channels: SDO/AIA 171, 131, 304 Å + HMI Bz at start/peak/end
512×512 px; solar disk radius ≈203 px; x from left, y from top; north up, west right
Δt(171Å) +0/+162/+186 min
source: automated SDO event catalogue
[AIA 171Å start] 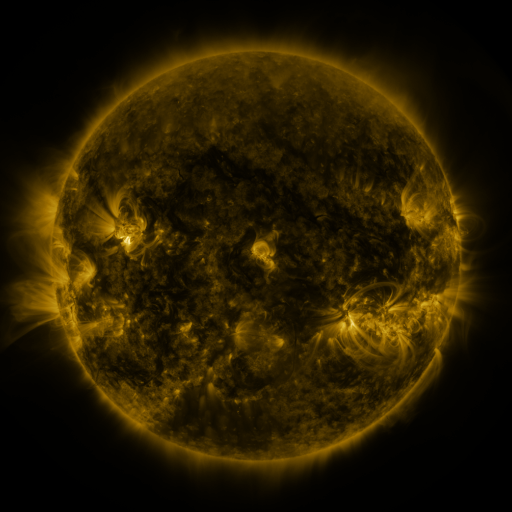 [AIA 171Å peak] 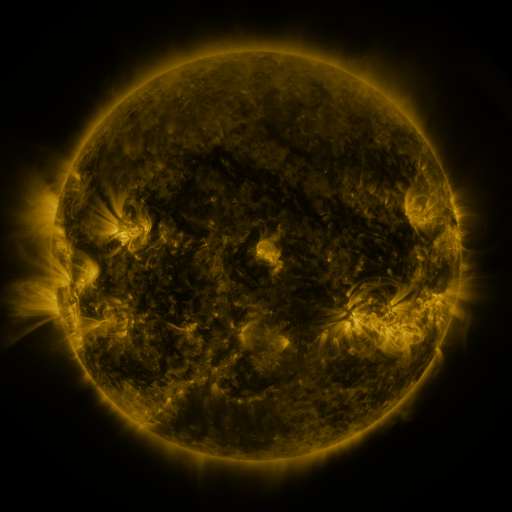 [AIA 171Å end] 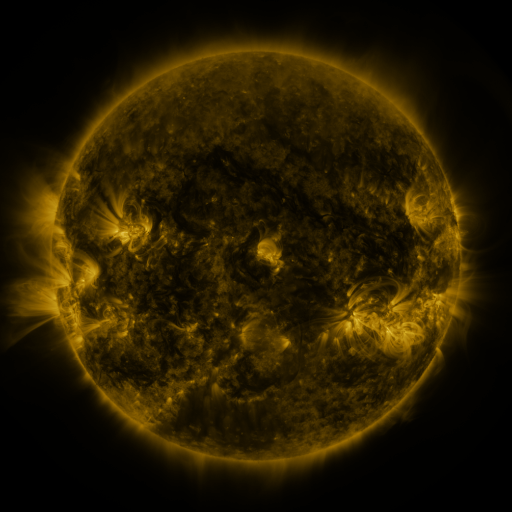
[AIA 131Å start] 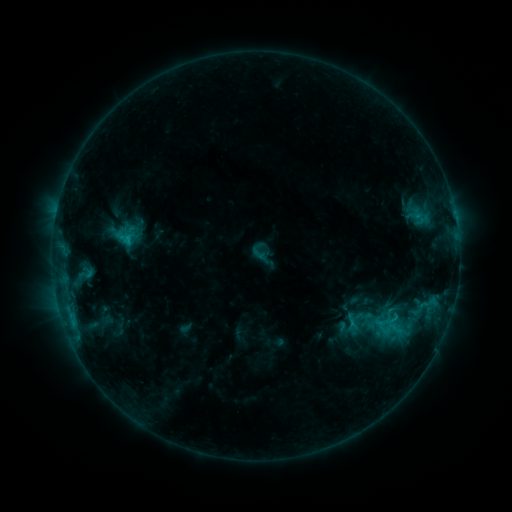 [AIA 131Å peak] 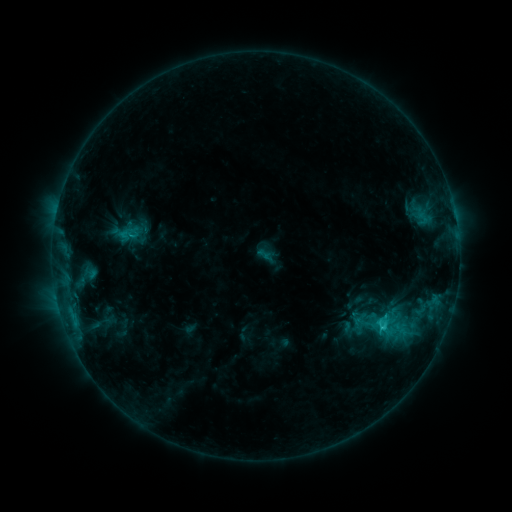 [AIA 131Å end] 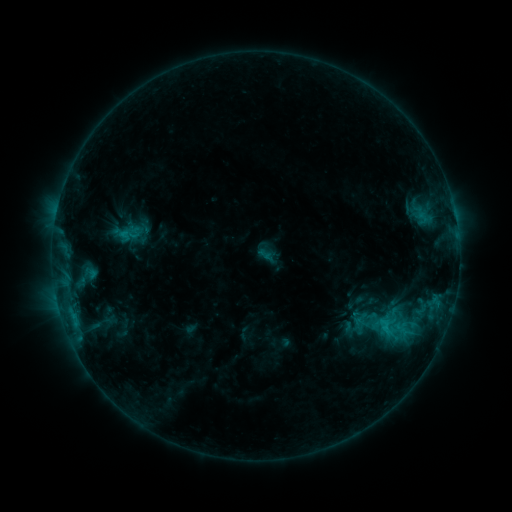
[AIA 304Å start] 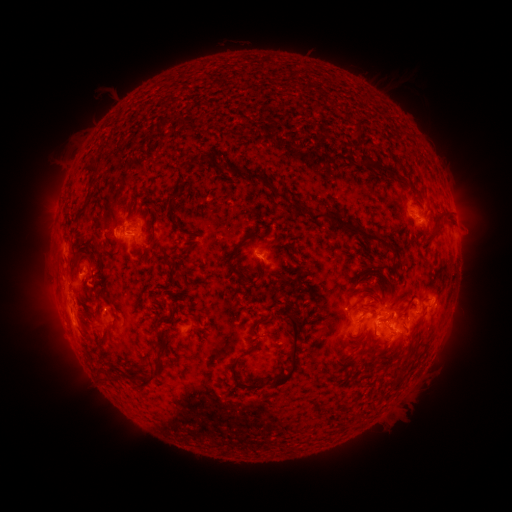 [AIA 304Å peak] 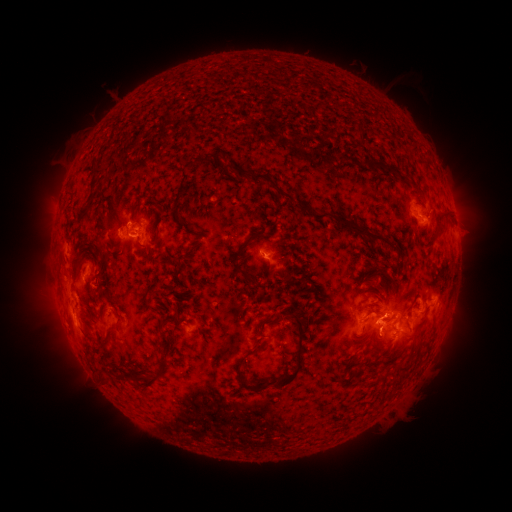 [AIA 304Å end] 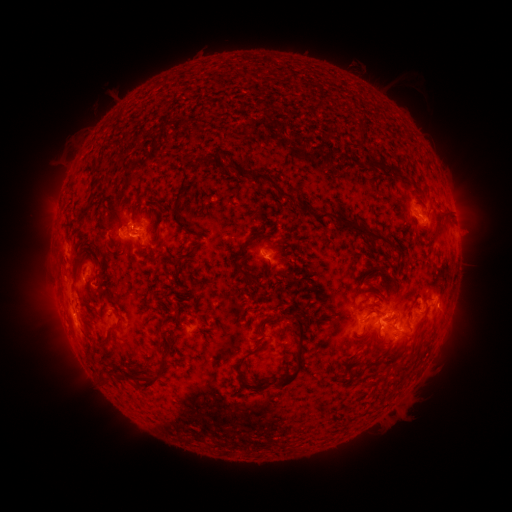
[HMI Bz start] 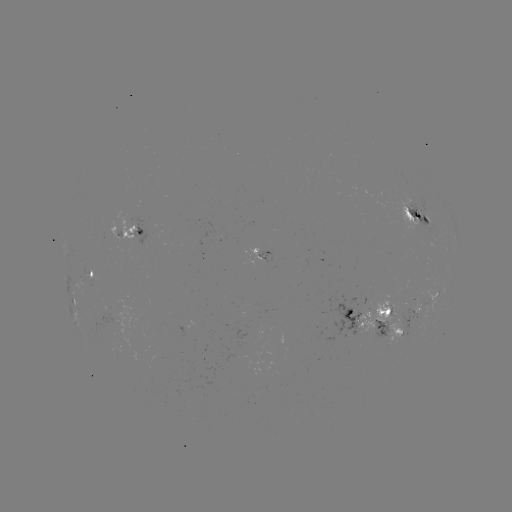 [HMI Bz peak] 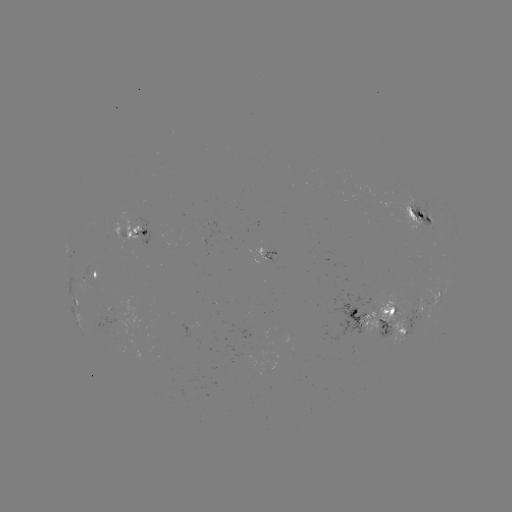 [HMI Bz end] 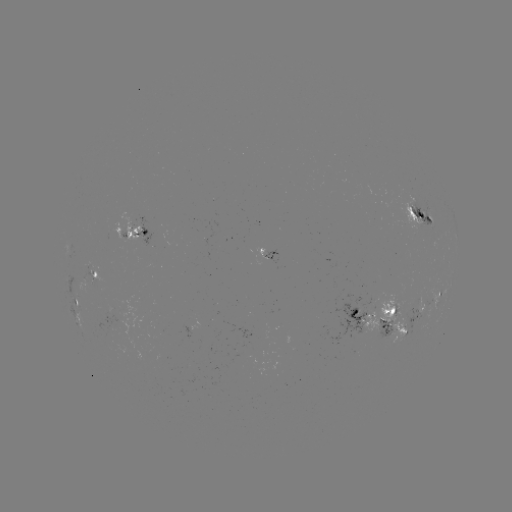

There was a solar flare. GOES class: C2.1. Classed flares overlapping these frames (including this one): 1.